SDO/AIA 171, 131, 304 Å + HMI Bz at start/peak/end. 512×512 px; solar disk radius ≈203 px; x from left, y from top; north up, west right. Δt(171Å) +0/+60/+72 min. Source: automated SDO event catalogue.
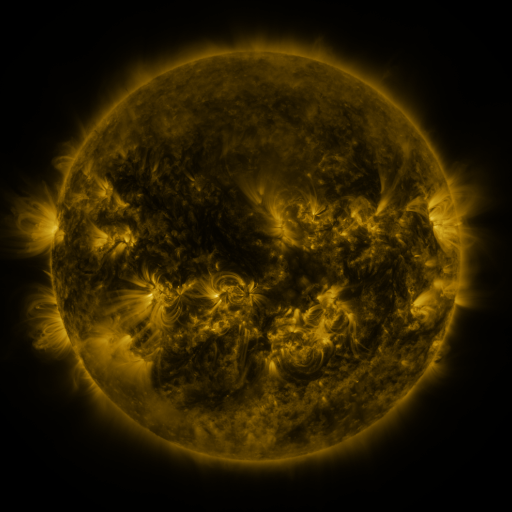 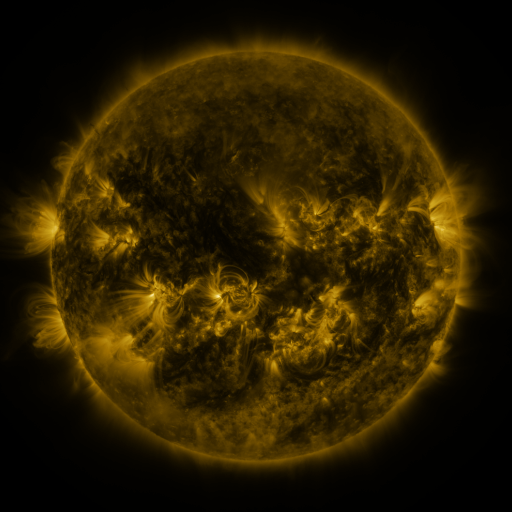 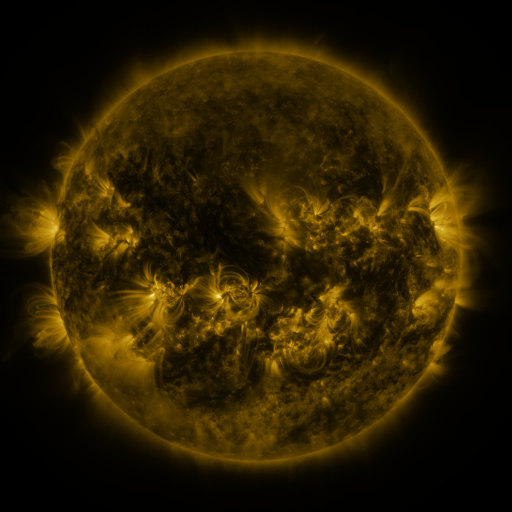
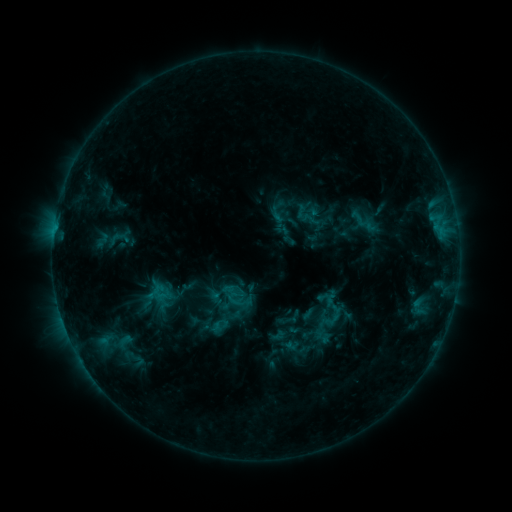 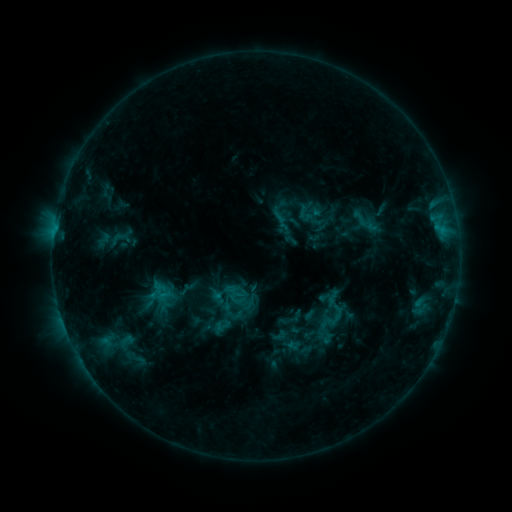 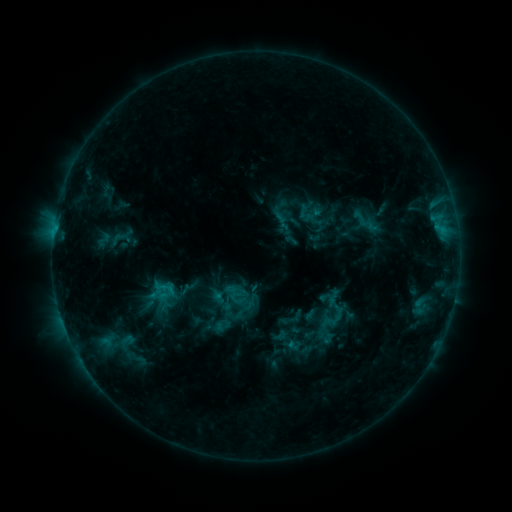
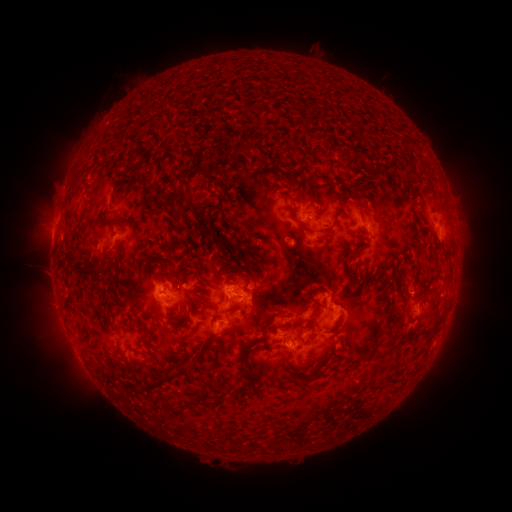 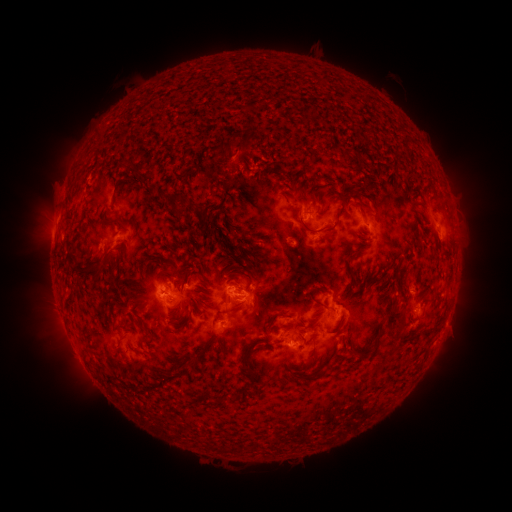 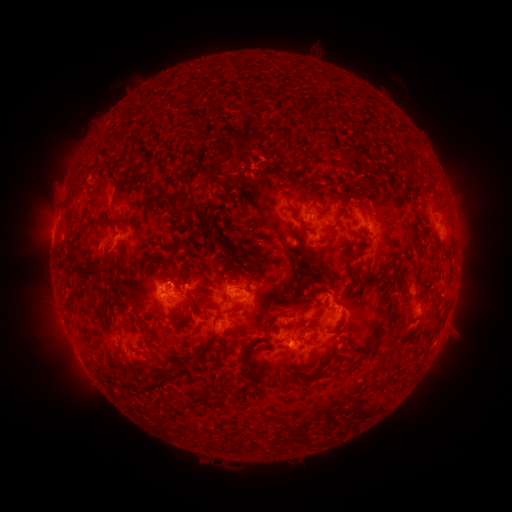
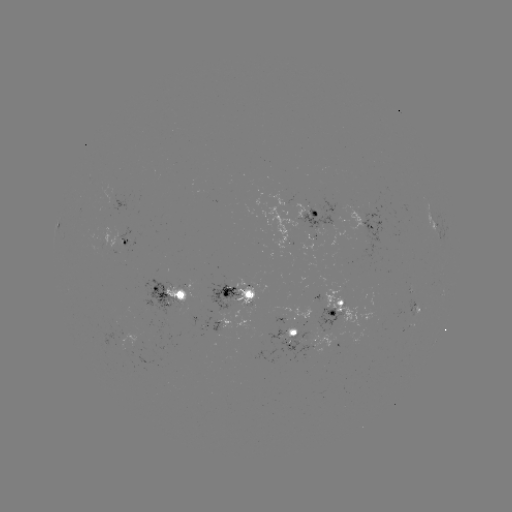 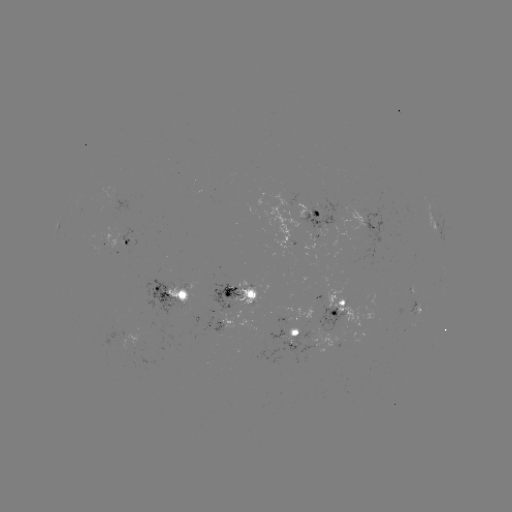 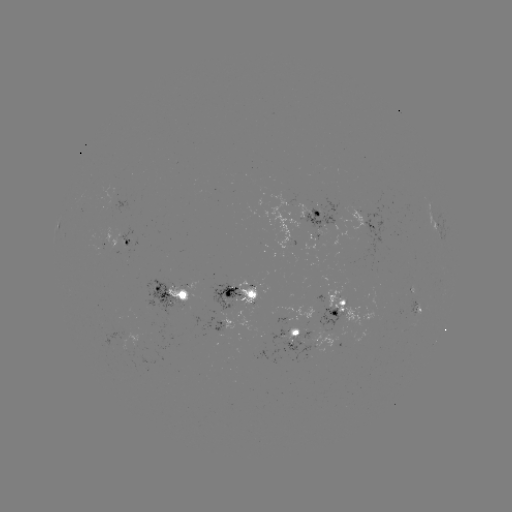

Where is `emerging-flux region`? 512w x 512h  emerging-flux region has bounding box [210, 283, 257, 311].